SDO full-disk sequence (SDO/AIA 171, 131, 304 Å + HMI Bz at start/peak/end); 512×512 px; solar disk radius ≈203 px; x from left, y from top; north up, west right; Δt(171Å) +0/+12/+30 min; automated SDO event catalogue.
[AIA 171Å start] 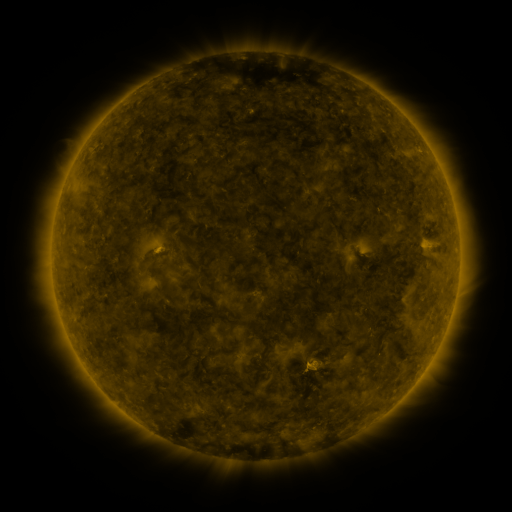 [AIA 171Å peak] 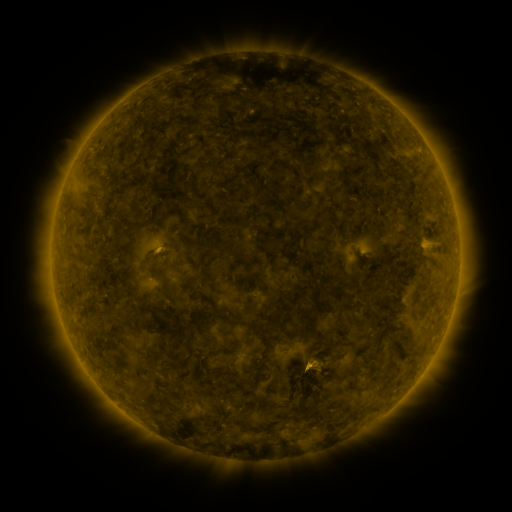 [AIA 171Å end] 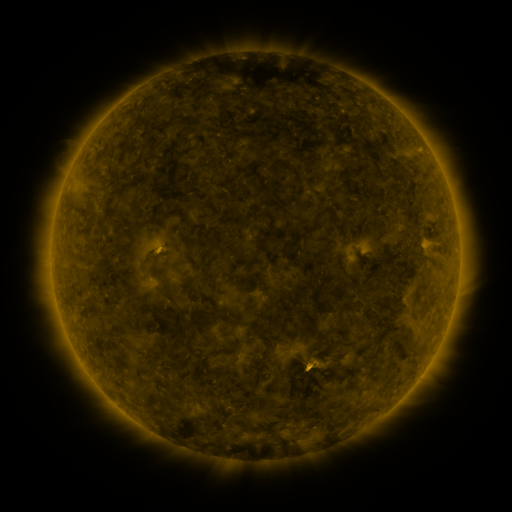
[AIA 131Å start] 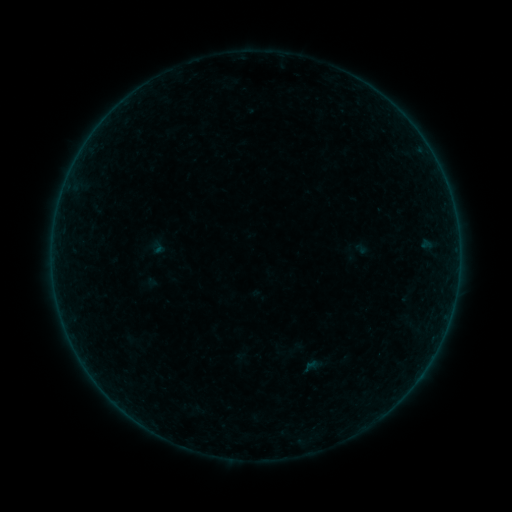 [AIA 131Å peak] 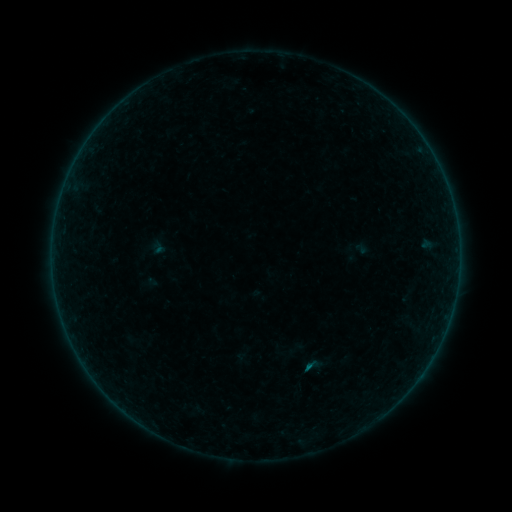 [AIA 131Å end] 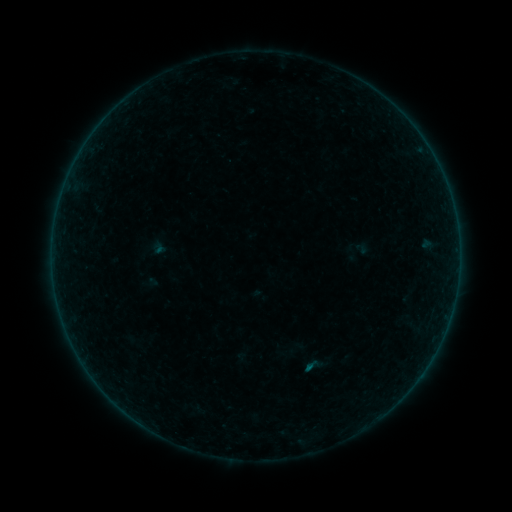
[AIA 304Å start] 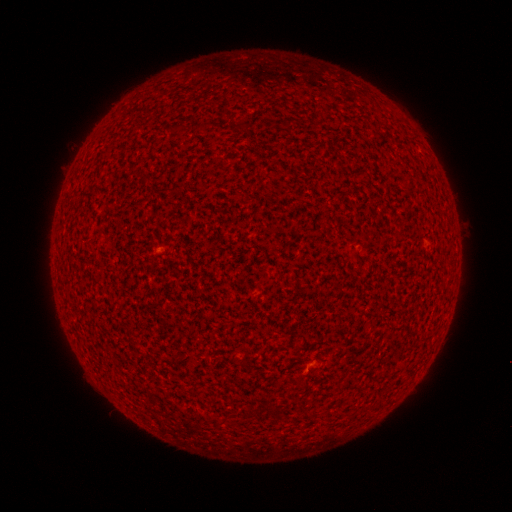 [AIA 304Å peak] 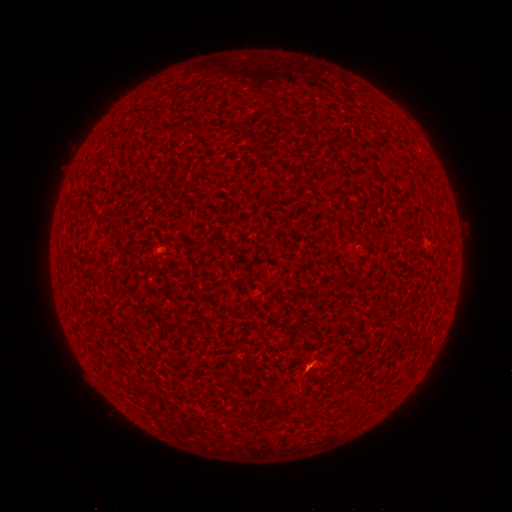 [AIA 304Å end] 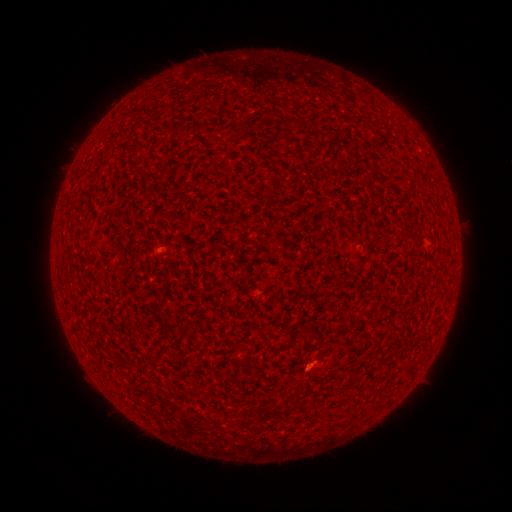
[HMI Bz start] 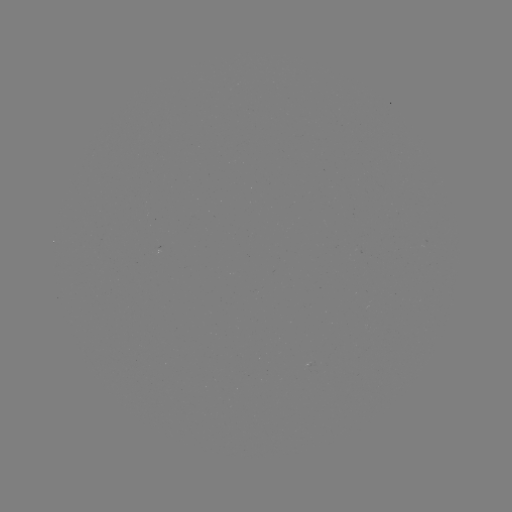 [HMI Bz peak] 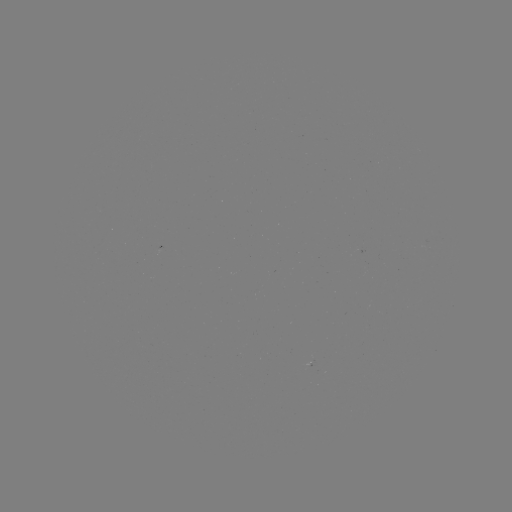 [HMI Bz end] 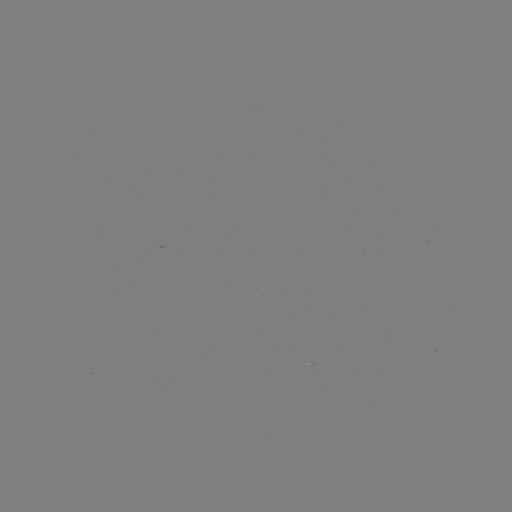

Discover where B1.3 flare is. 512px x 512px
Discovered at [308, 366].